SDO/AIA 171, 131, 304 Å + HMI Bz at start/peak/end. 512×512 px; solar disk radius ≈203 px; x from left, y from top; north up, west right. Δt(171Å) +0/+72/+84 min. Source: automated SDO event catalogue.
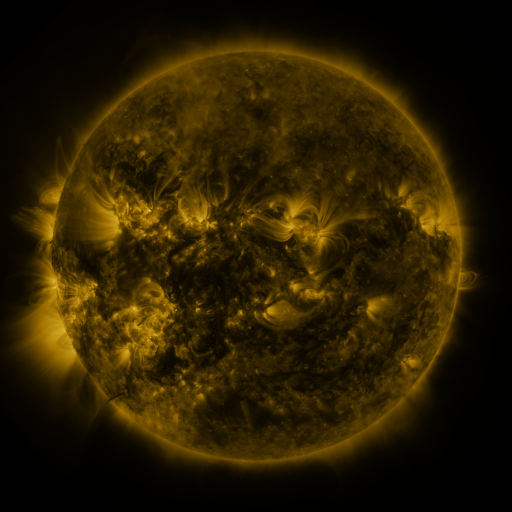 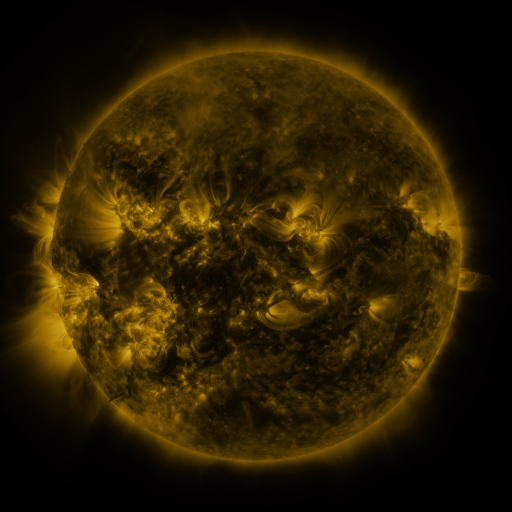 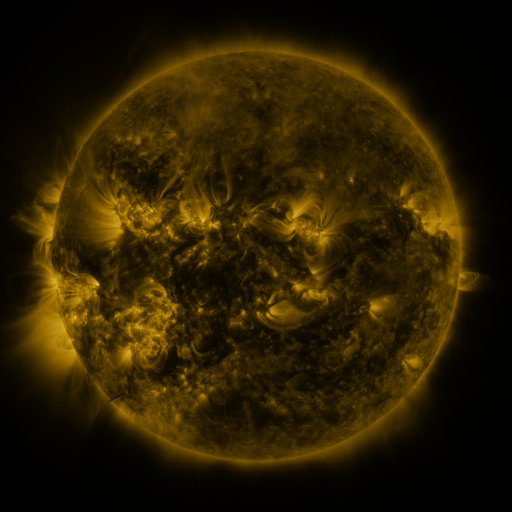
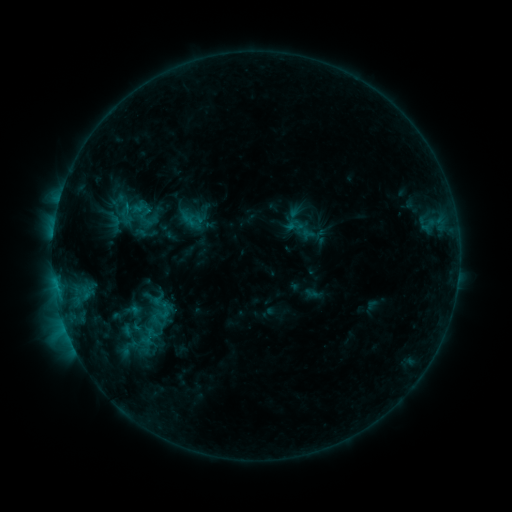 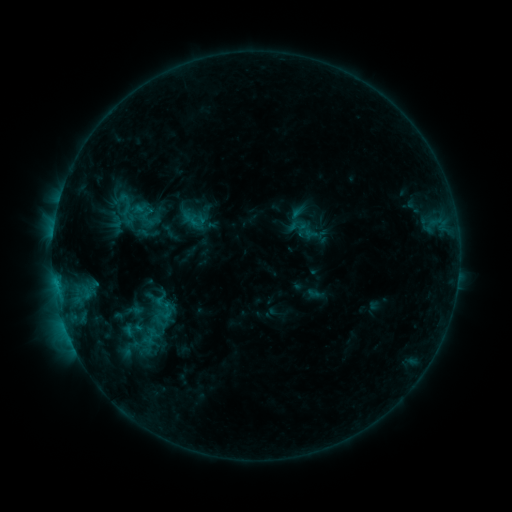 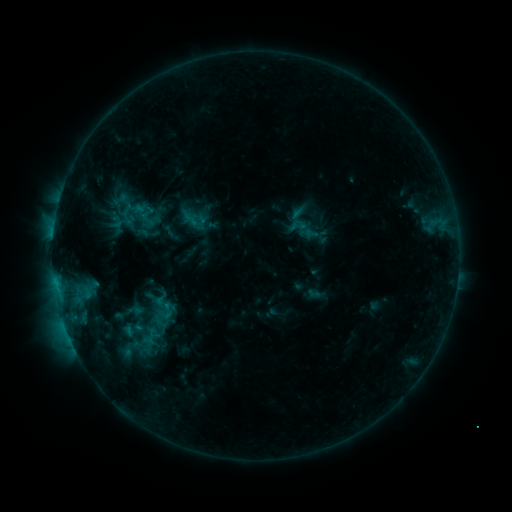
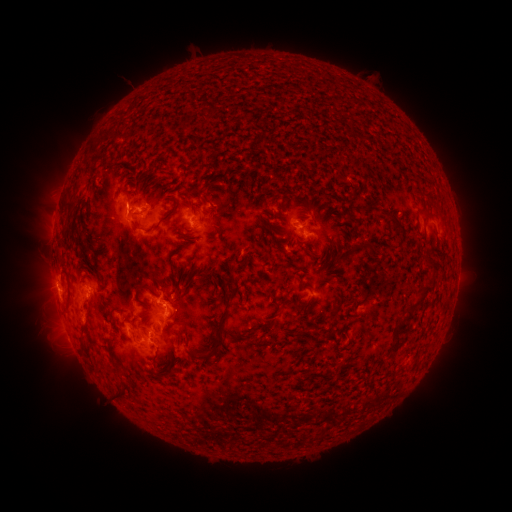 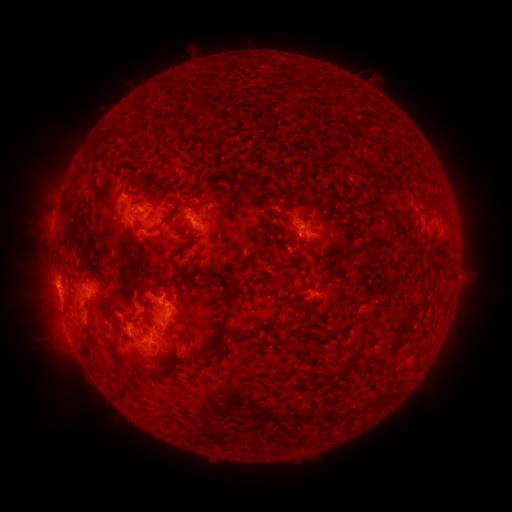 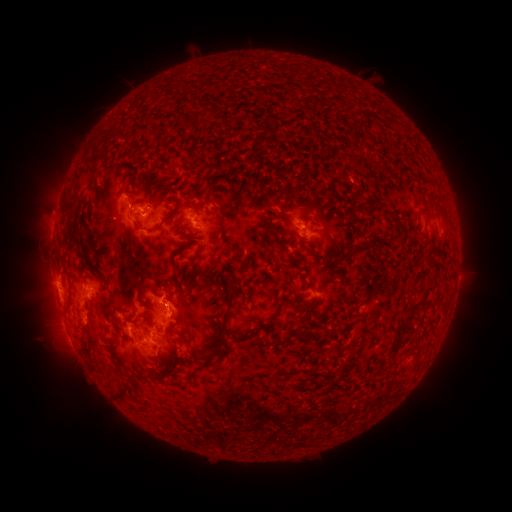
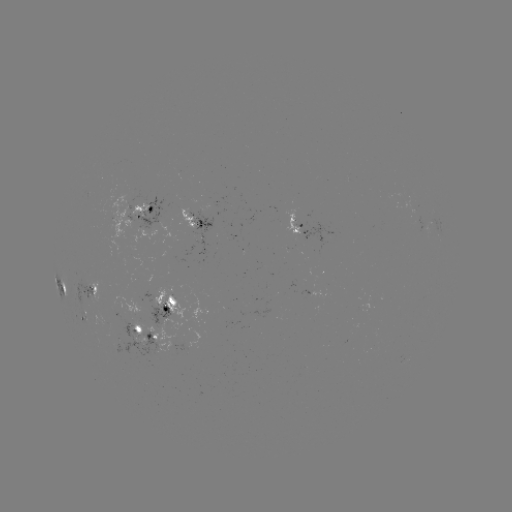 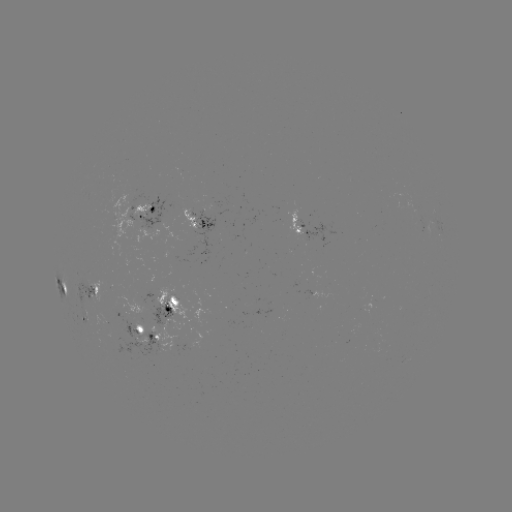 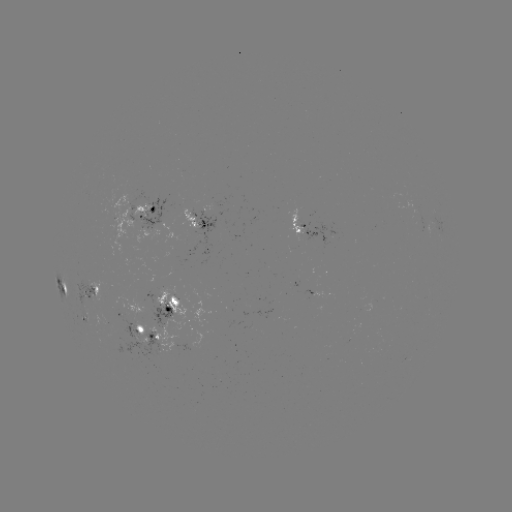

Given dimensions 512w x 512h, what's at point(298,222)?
emerging-flux region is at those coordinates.